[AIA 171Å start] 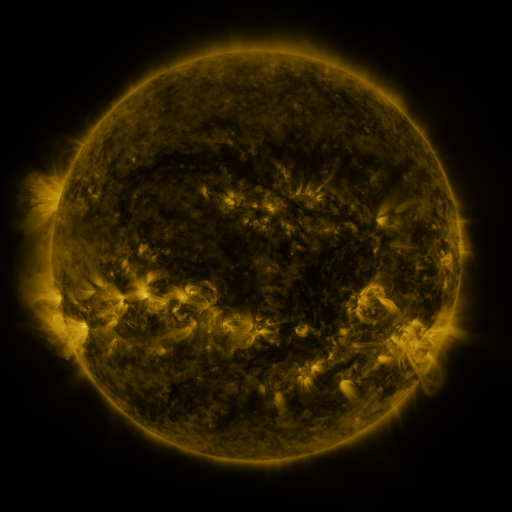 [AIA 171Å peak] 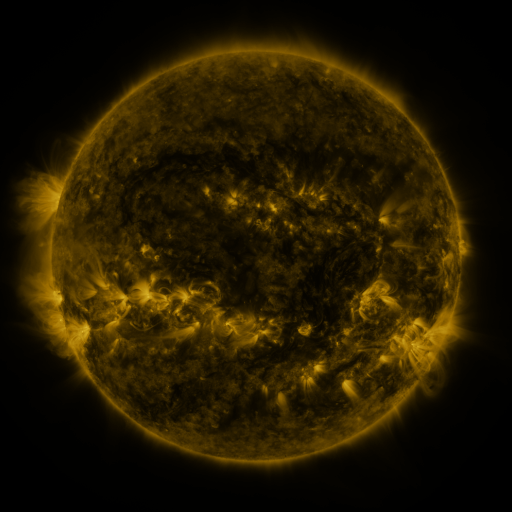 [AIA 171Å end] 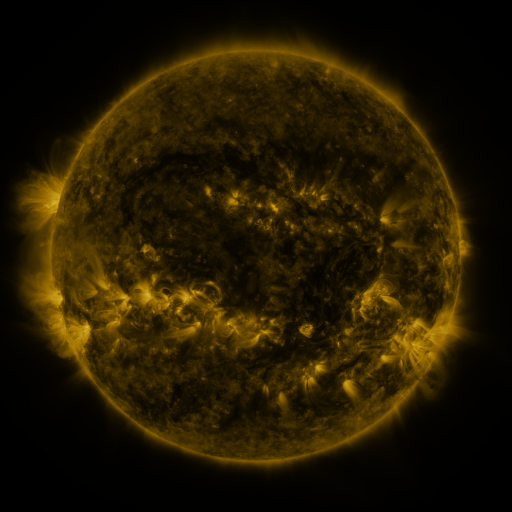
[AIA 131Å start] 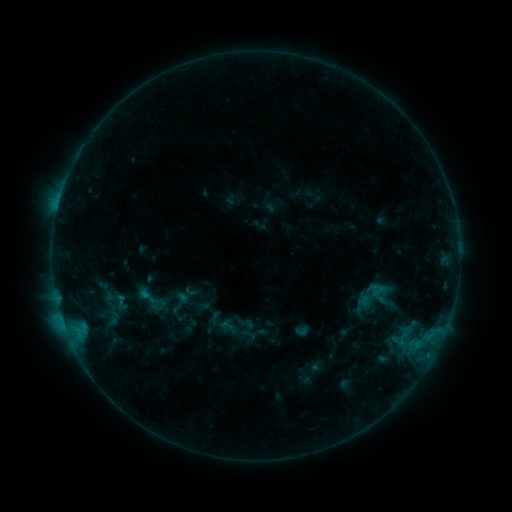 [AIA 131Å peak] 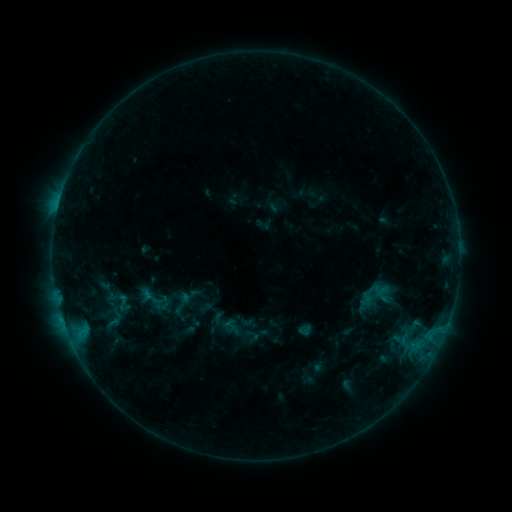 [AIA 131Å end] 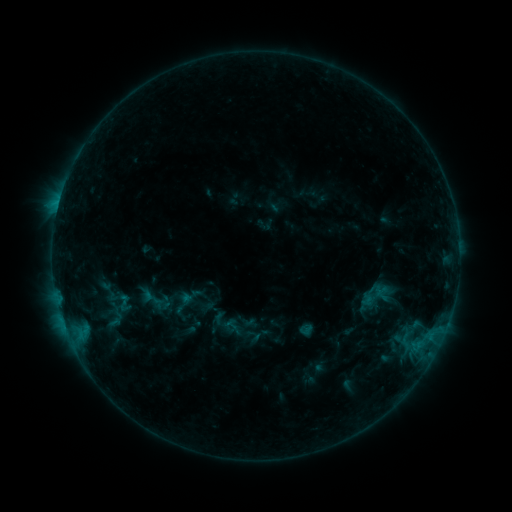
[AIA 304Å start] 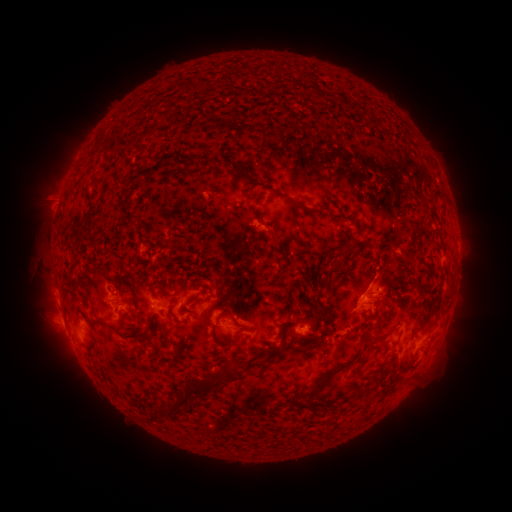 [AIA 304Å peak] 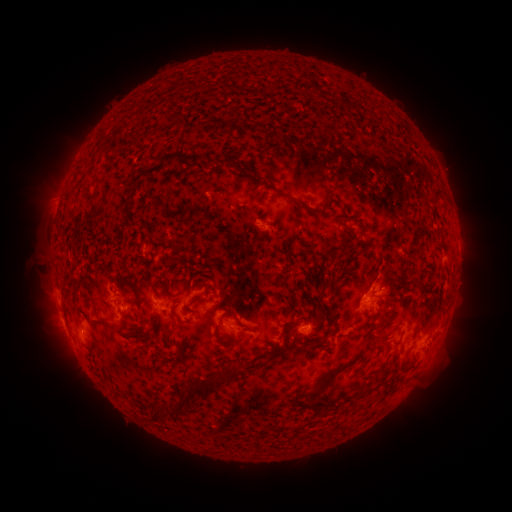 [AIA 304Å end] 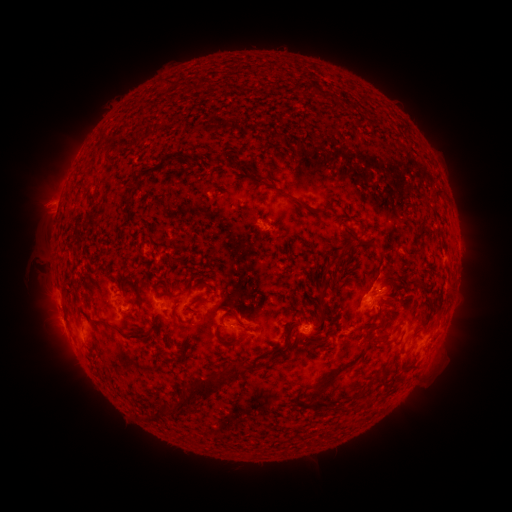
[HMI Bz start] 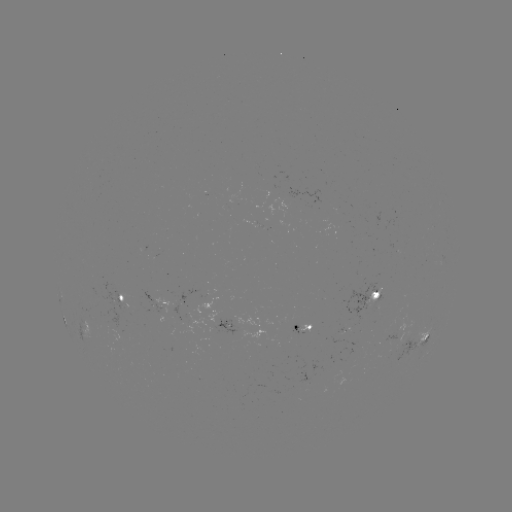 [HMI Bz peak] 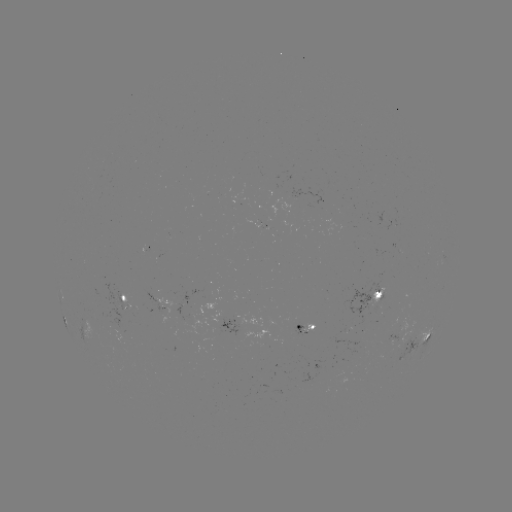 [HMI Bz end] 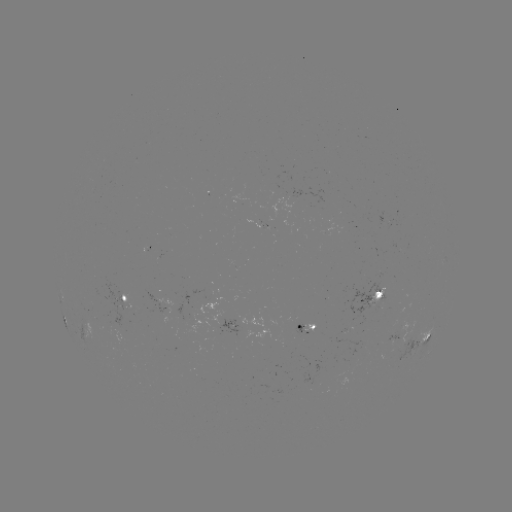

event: emerging-flux region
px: (119, 306)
